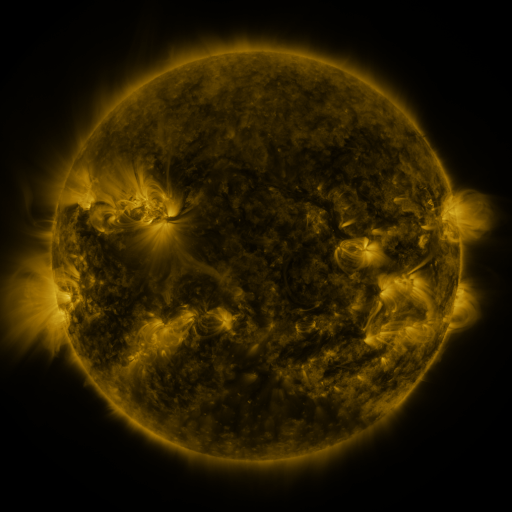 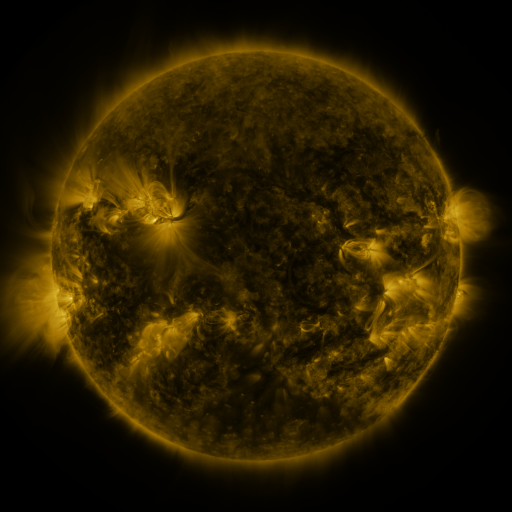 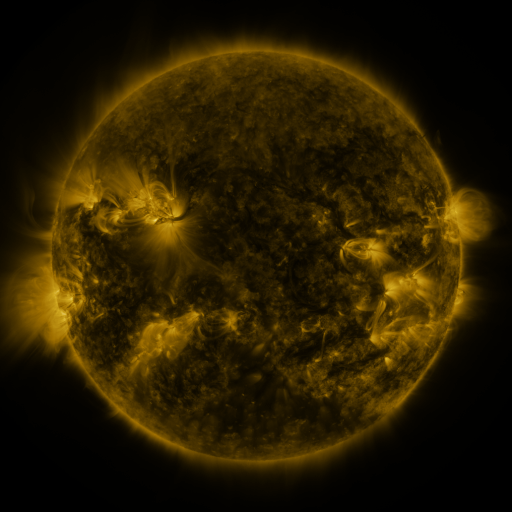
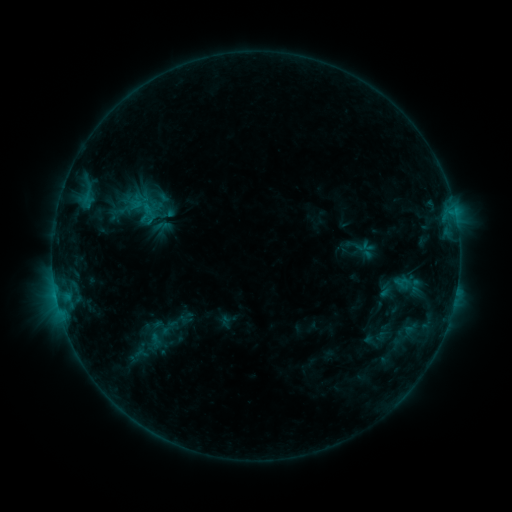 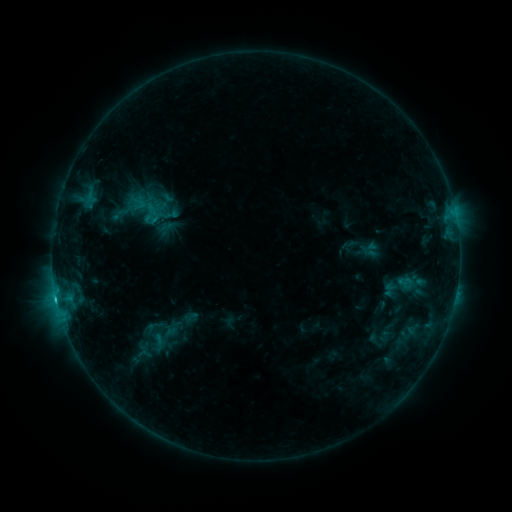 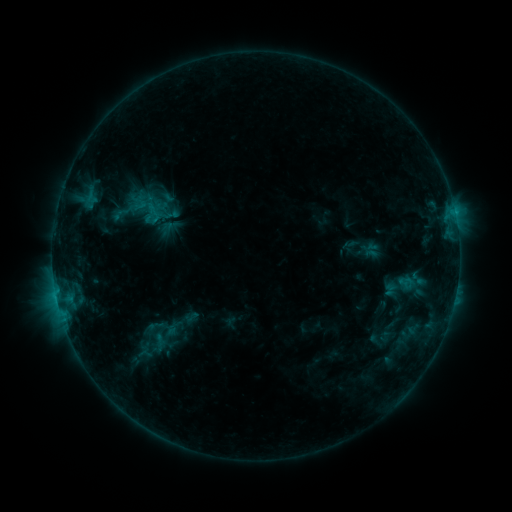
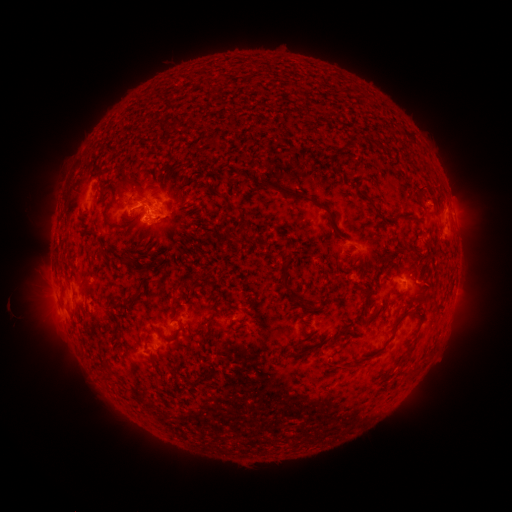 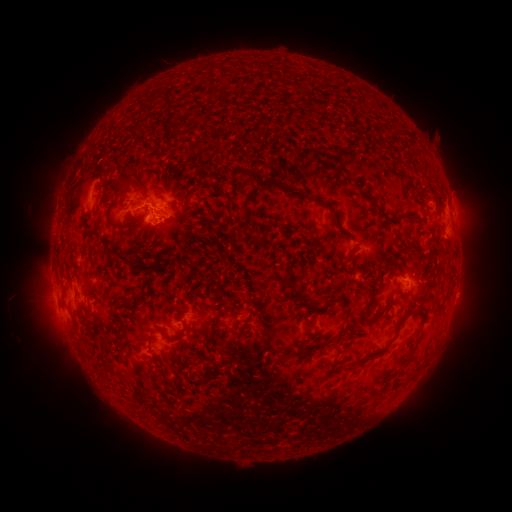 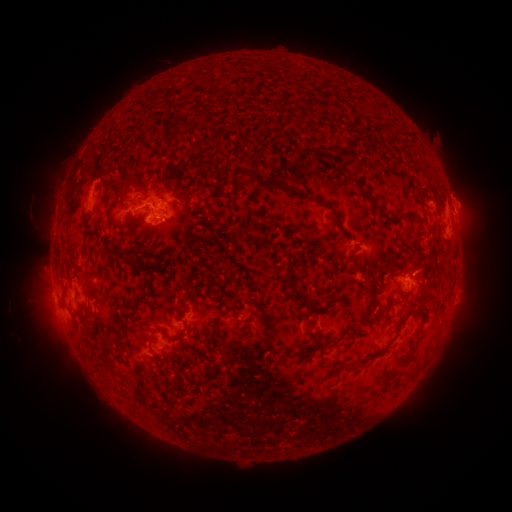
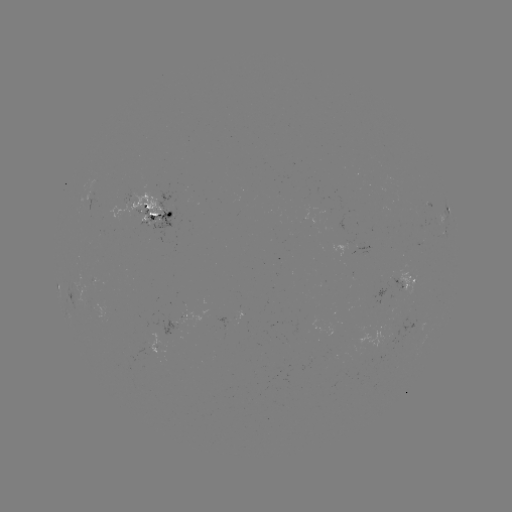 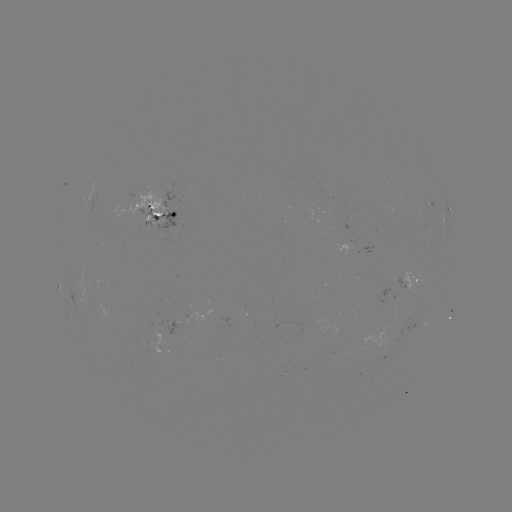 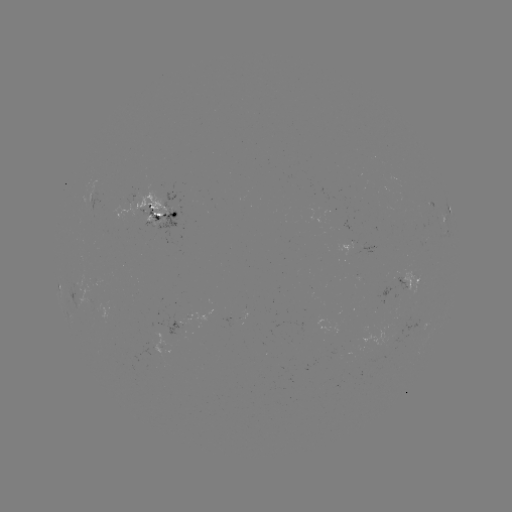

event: emerging-flux region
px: (191, 317)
